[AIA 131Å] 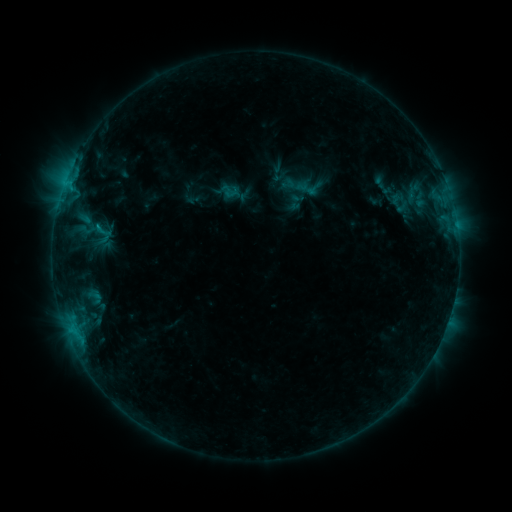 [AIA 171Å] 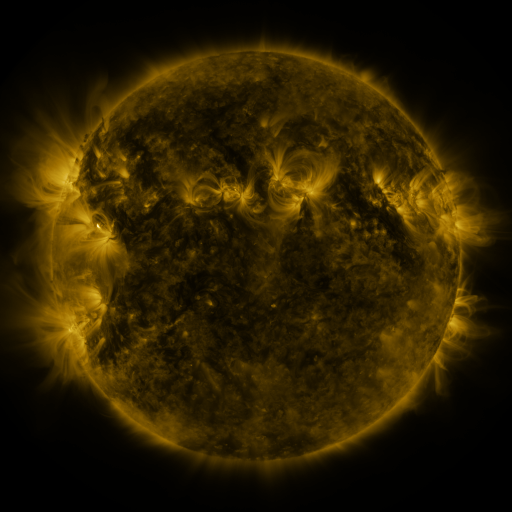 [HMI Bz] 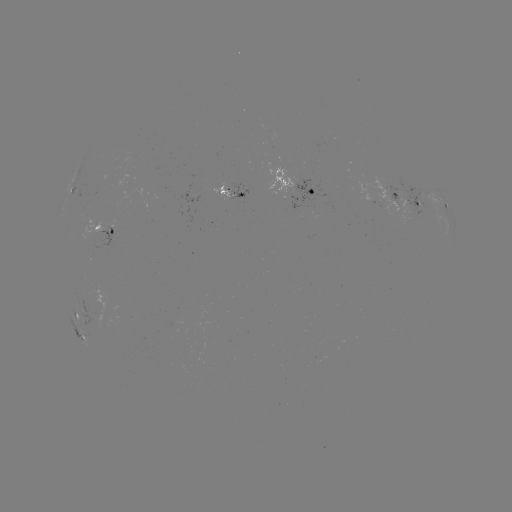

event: sigmoid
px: (102, 234)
